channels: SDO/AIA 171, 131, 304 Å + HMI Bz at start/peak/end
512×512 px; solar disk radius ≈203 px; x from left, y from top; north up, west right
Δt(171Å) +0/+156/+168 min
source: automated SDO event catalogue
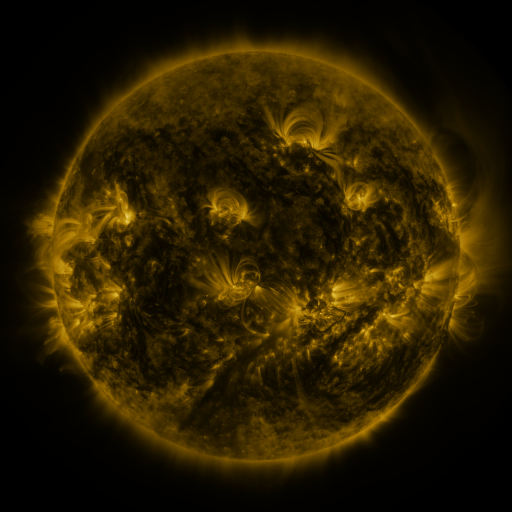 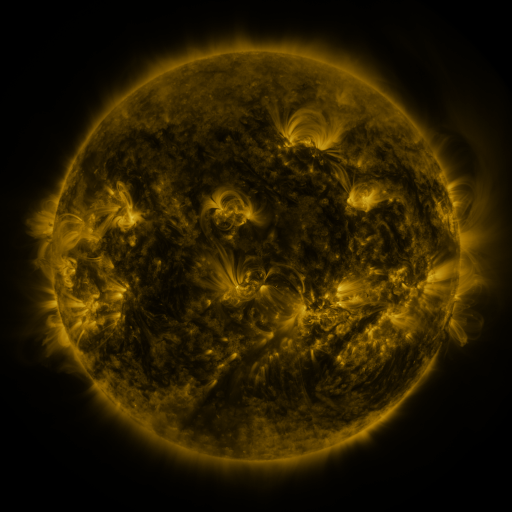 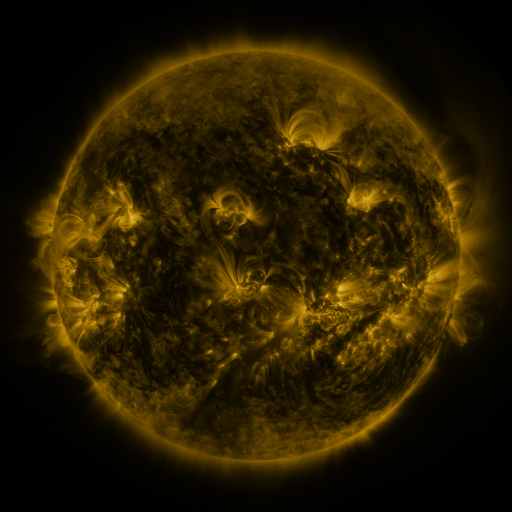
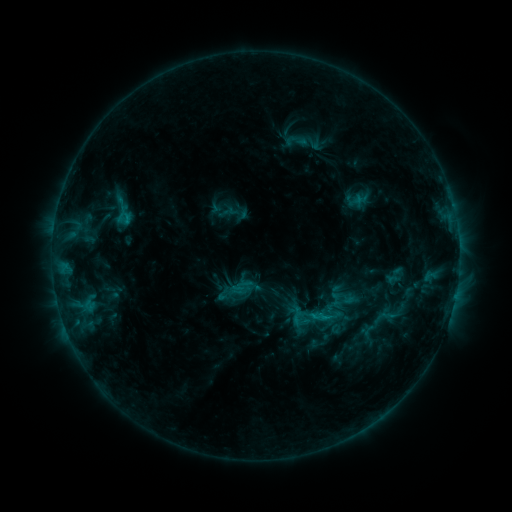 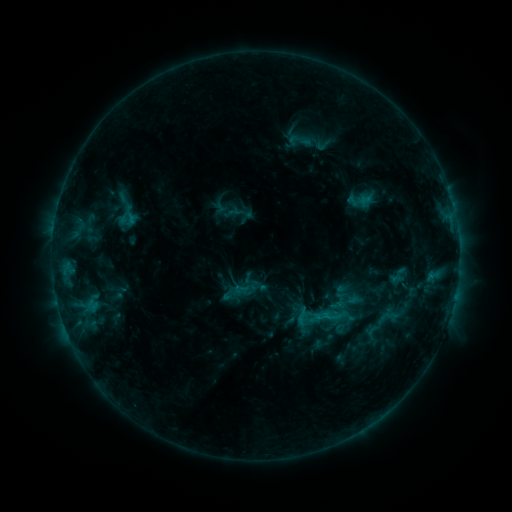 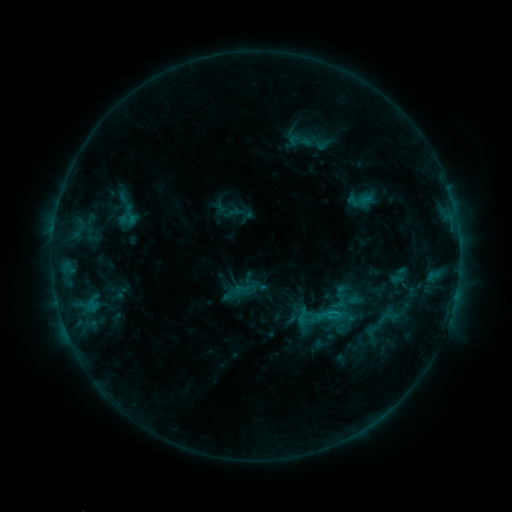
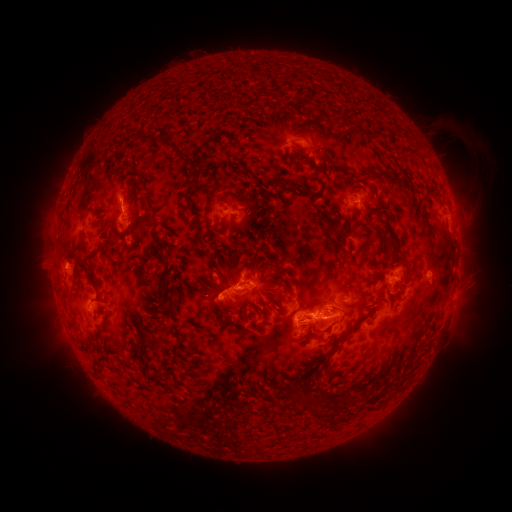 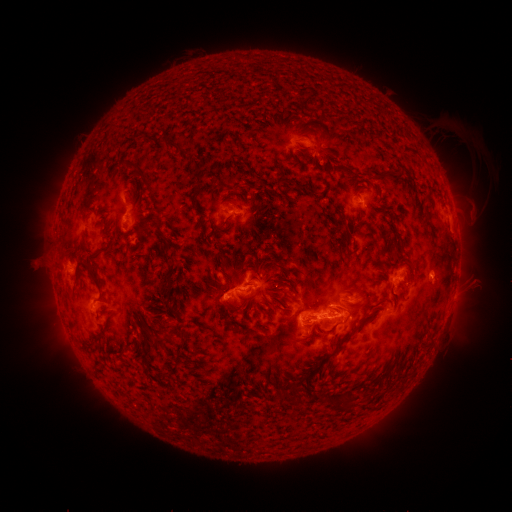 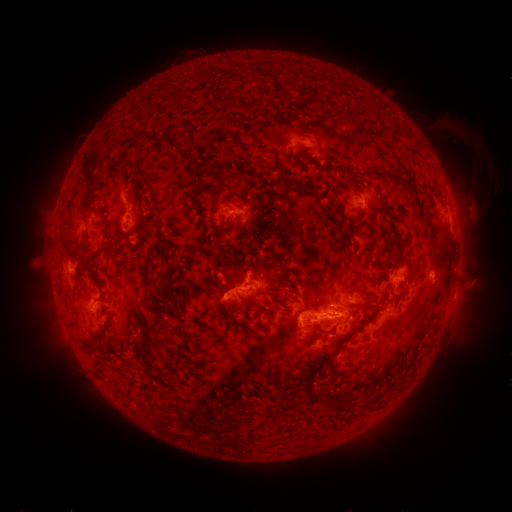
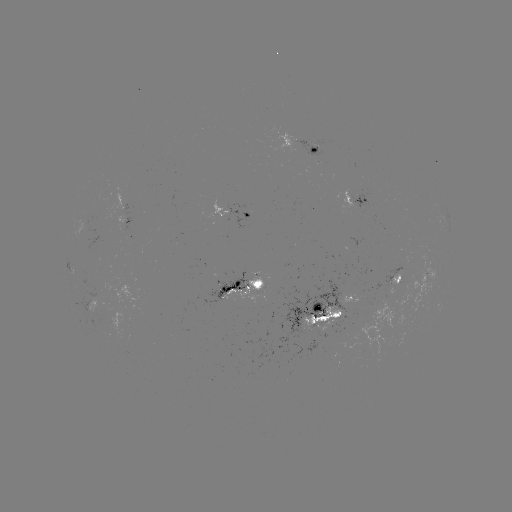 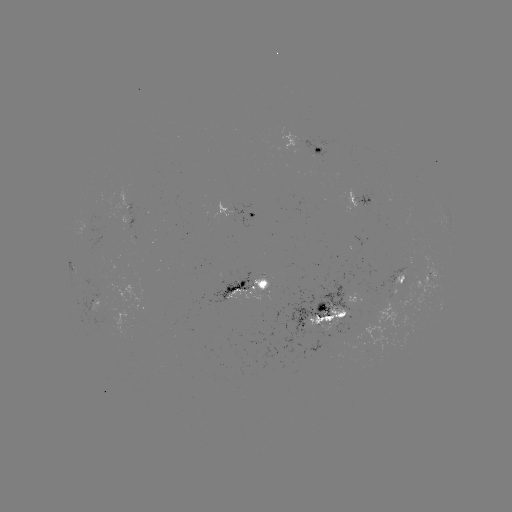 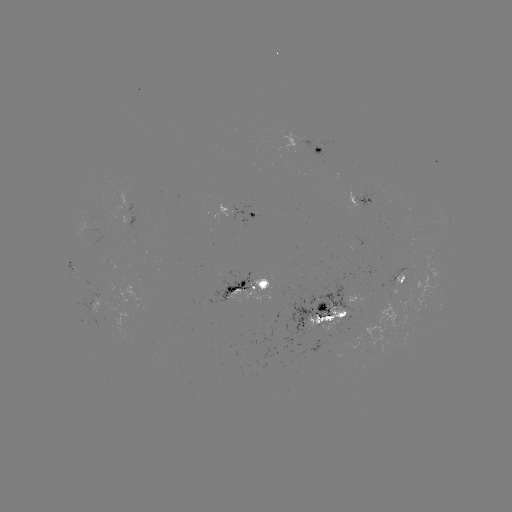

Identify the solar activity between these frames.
emerging-flux region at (87, 225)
